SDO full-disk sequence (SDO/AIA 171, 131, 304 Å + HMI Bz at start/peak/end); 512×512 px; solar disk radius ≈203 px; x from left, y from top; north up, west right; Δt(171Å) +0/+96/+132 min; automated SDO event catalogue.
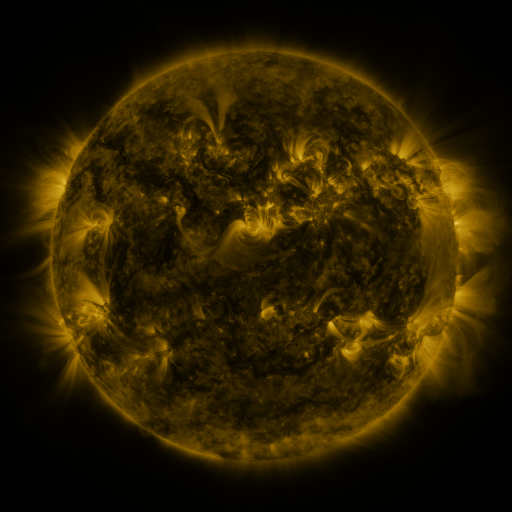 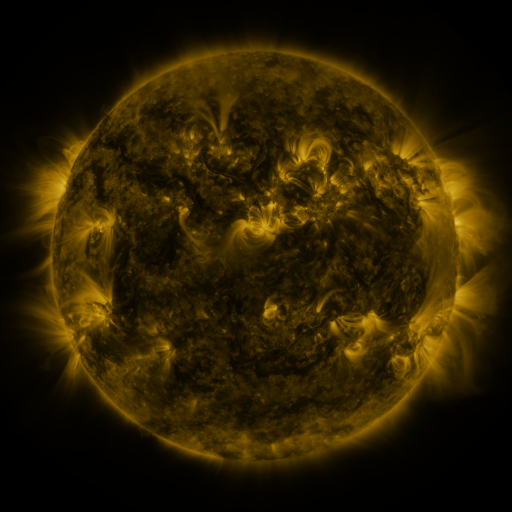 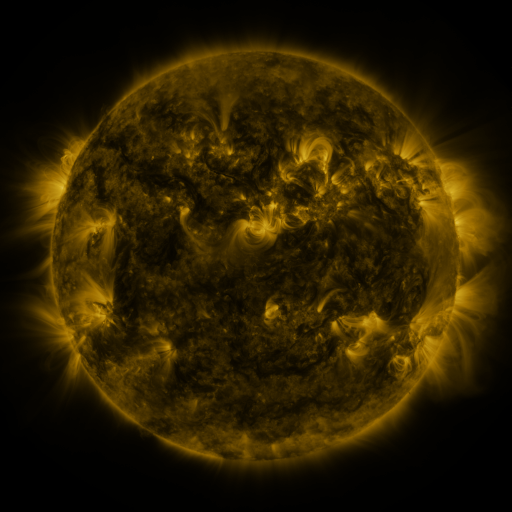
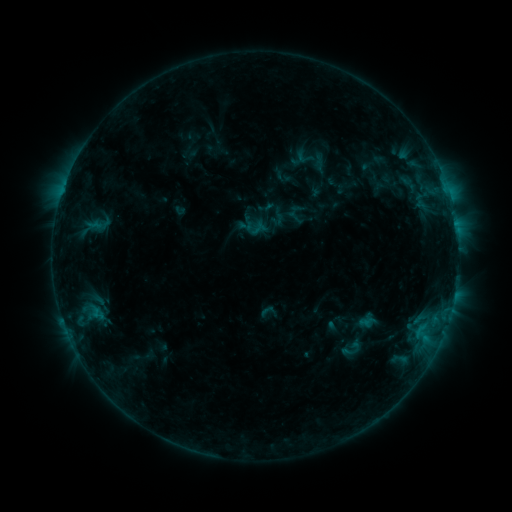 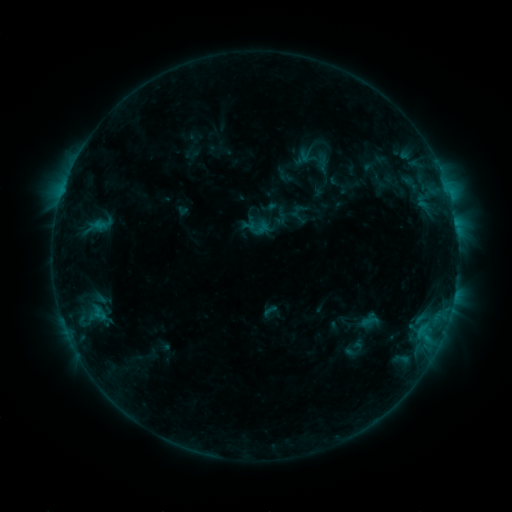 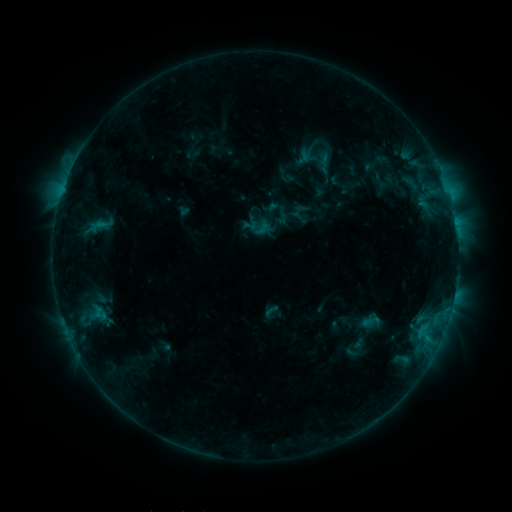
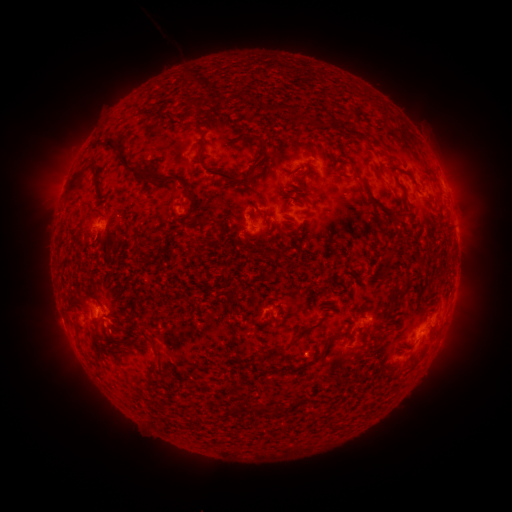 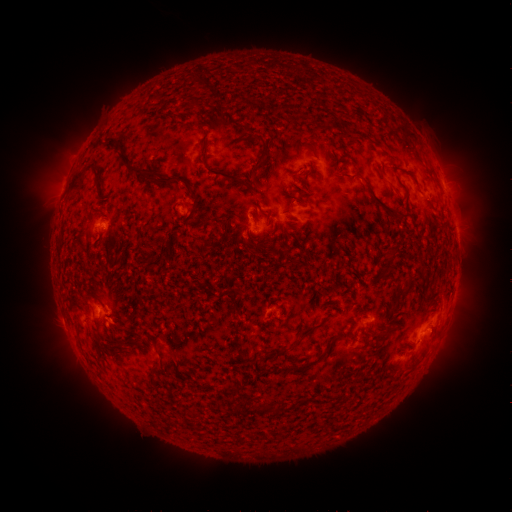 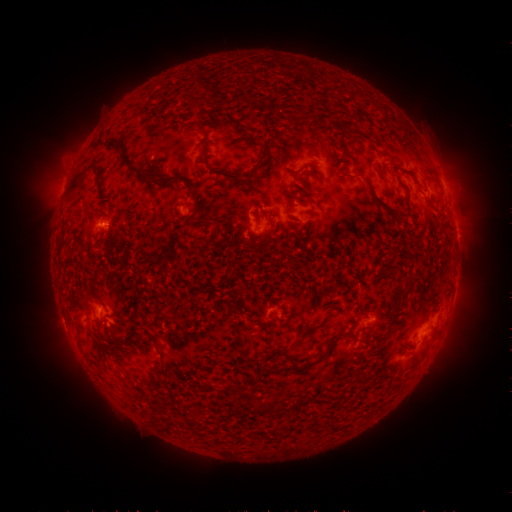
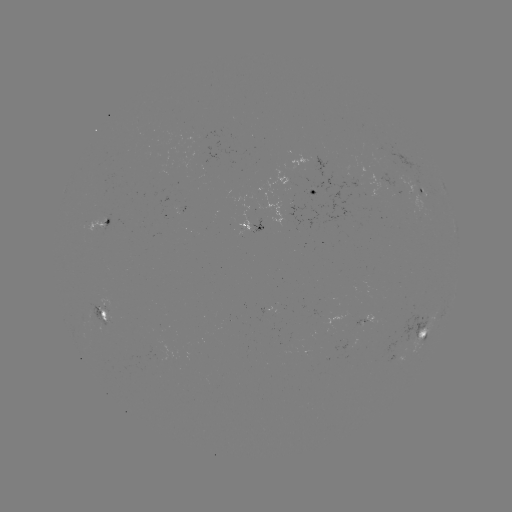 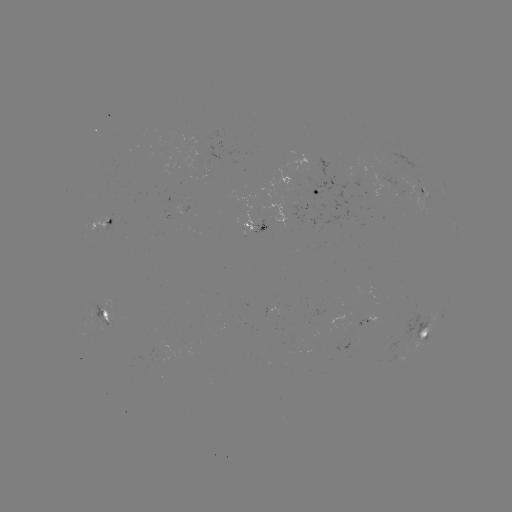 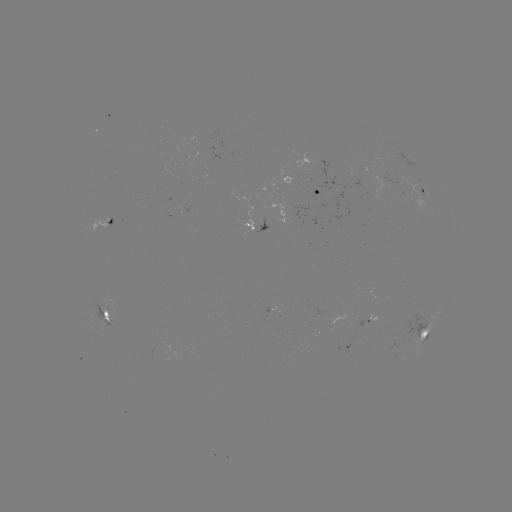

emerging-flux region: [200, 173, 210, 179]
